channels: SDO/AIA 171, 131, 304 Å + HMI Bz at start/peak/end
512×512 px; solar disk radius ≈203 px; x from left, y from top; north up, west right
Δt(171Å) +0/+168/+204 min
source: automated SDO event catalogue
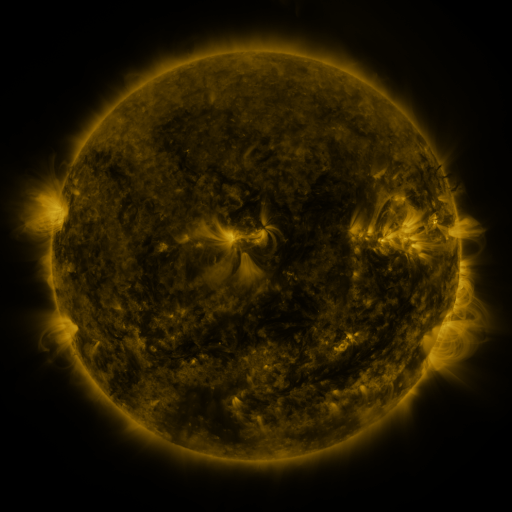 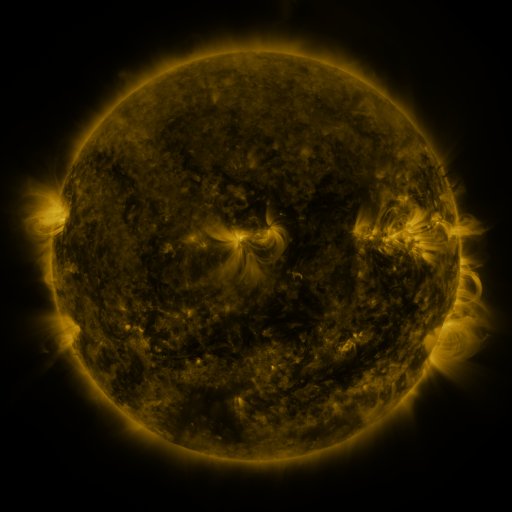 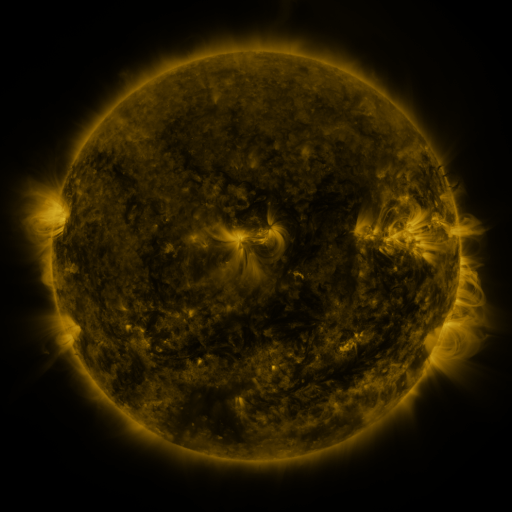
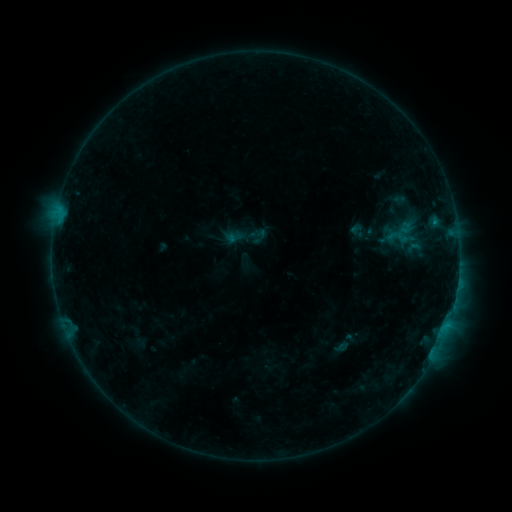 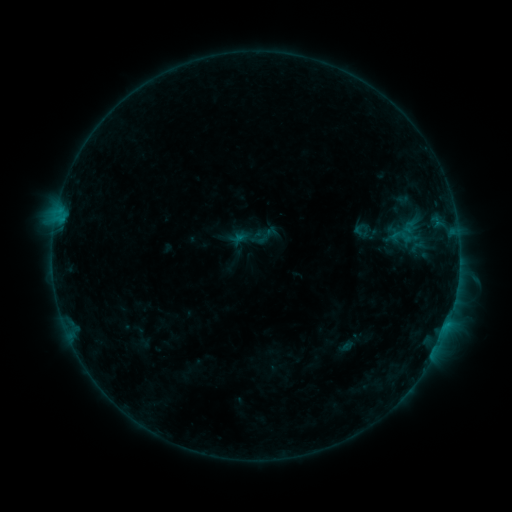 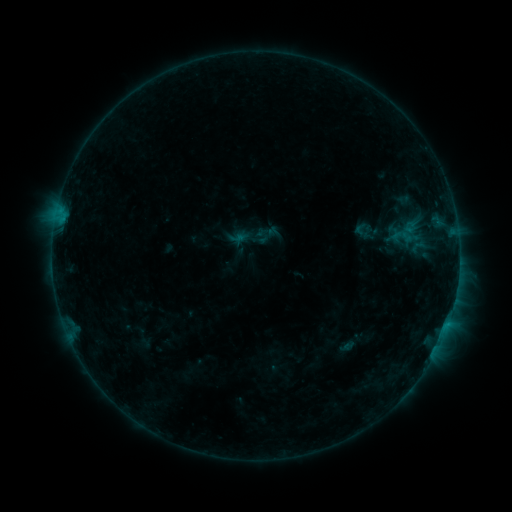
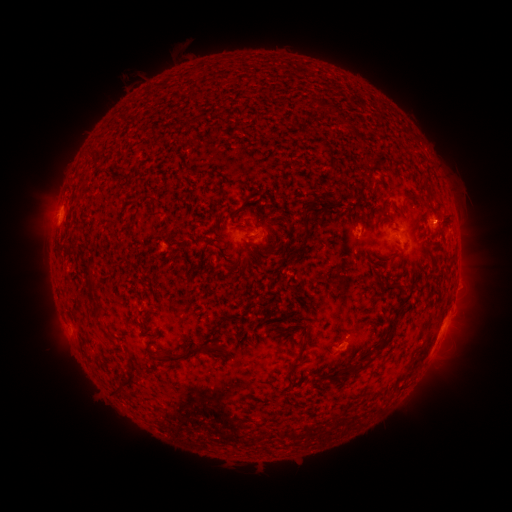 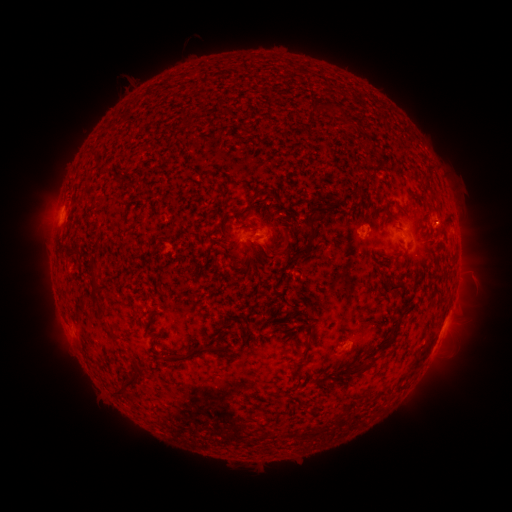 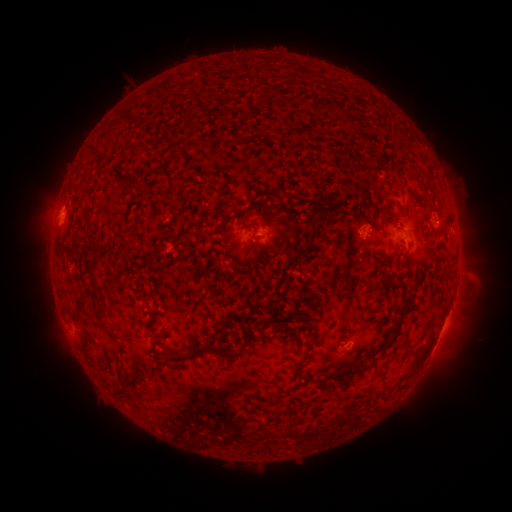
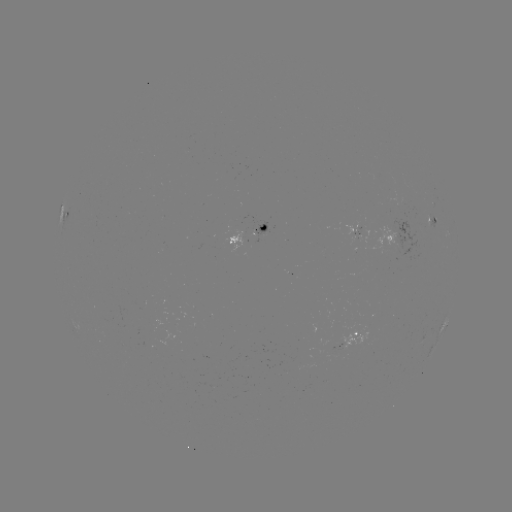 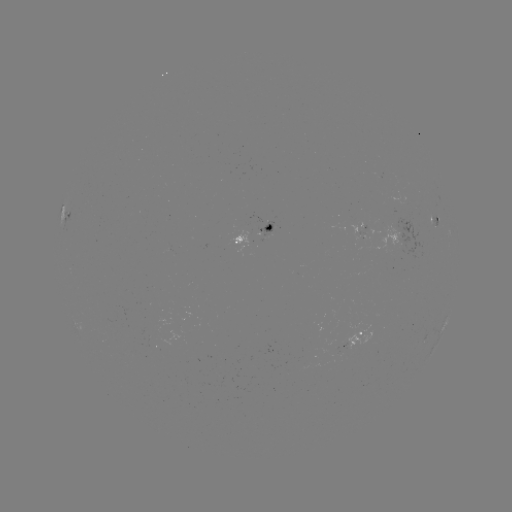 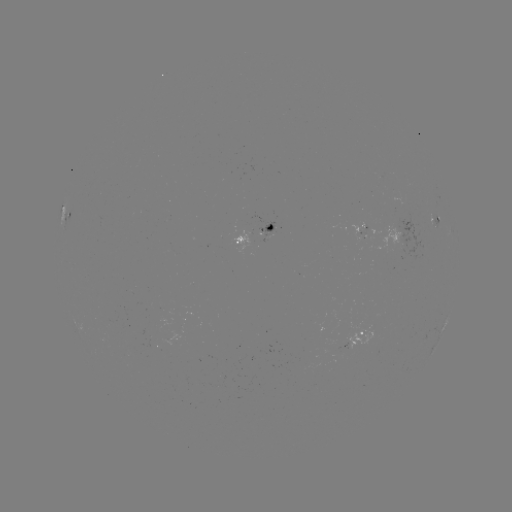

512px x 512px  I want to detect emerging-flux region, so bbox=[359, 224, 400, 250].